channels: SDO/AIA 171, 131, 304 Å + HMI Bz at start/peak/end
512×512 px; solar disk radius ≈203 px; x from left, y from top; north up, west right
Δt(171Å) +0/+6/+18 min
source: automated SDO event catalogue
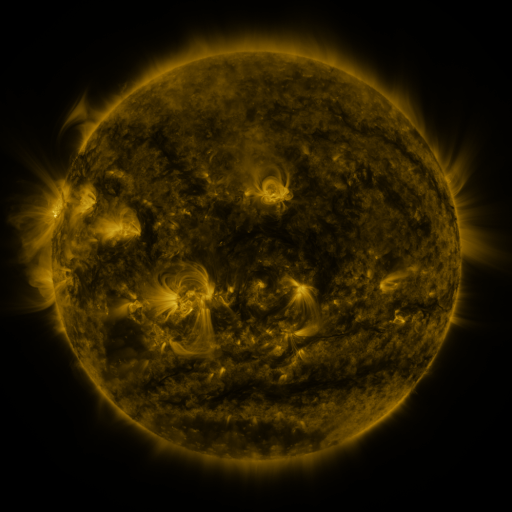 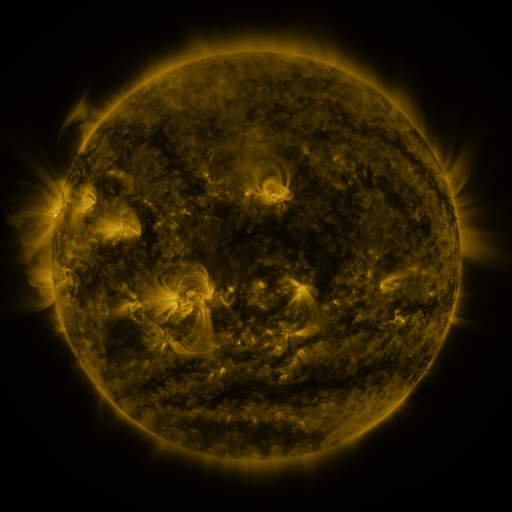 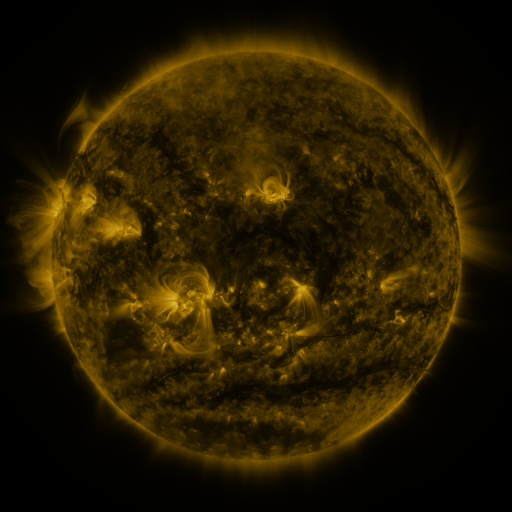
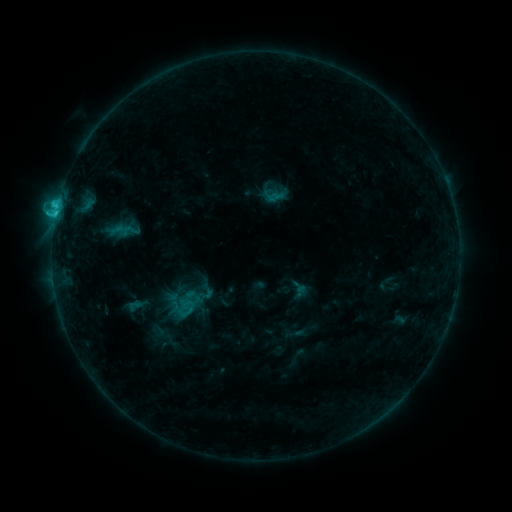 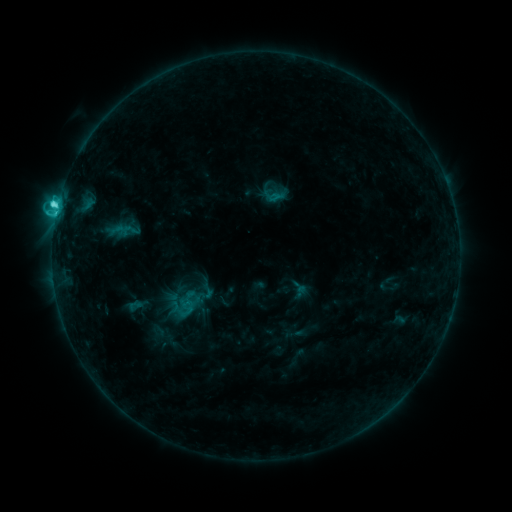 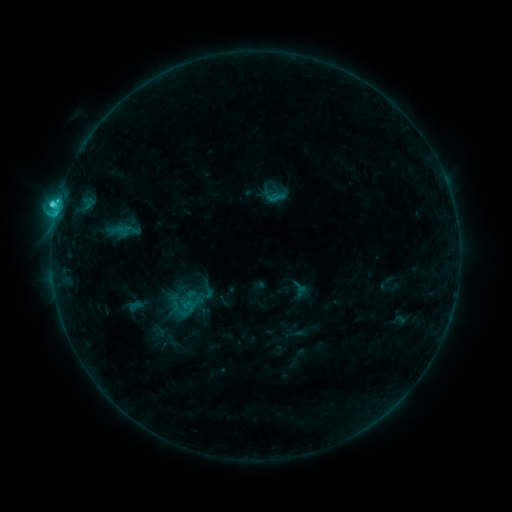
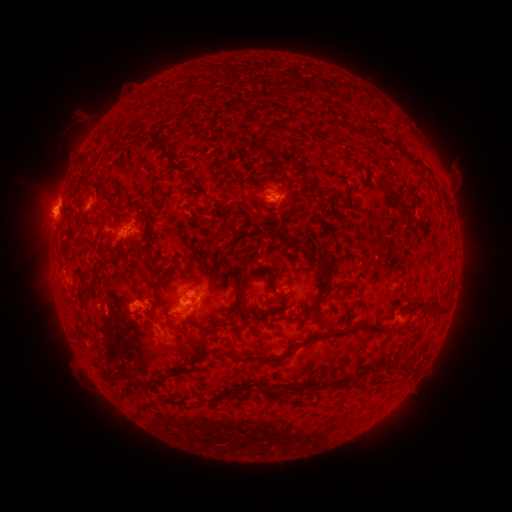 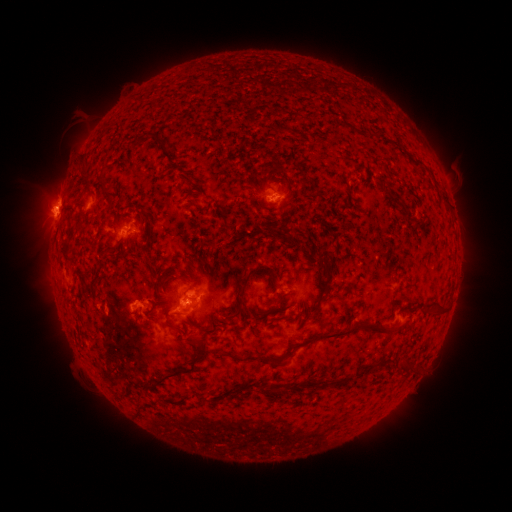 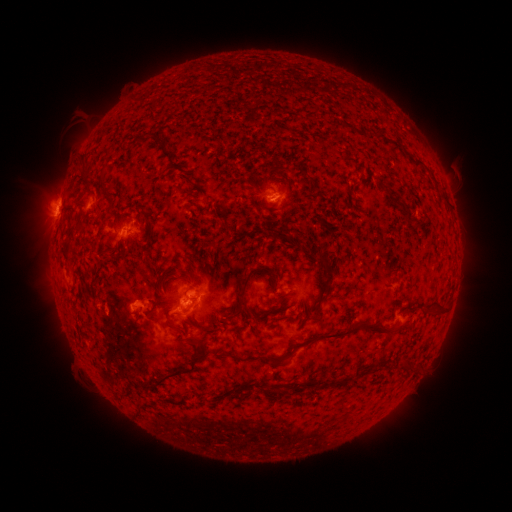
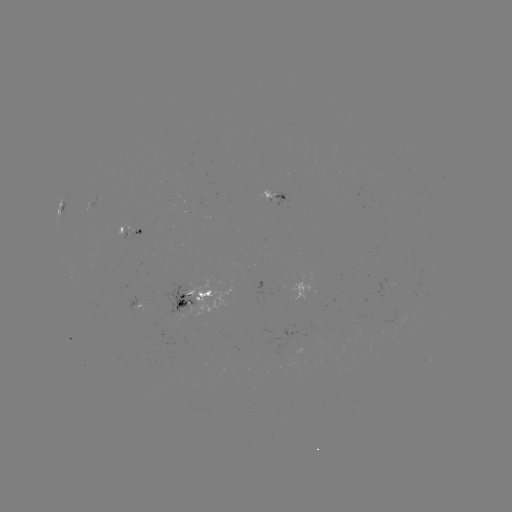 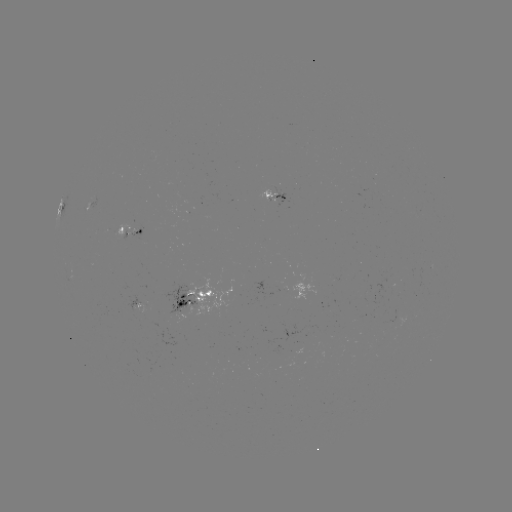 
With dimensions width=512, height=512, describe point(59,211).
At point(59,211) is C3.7 flare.